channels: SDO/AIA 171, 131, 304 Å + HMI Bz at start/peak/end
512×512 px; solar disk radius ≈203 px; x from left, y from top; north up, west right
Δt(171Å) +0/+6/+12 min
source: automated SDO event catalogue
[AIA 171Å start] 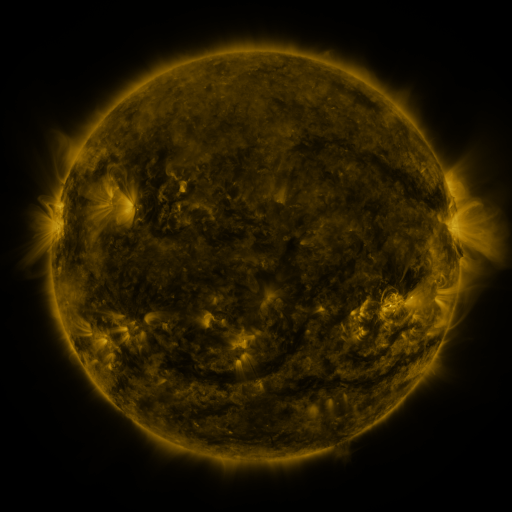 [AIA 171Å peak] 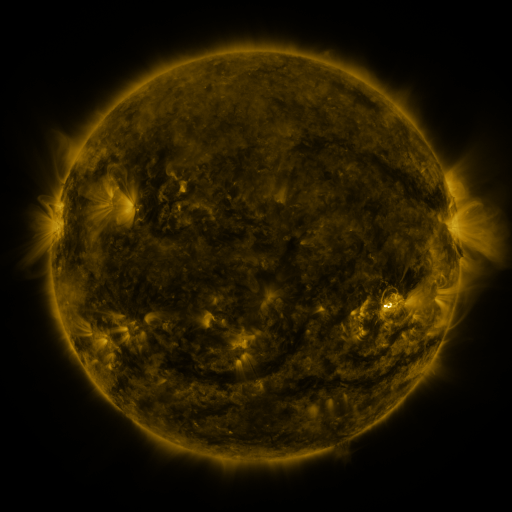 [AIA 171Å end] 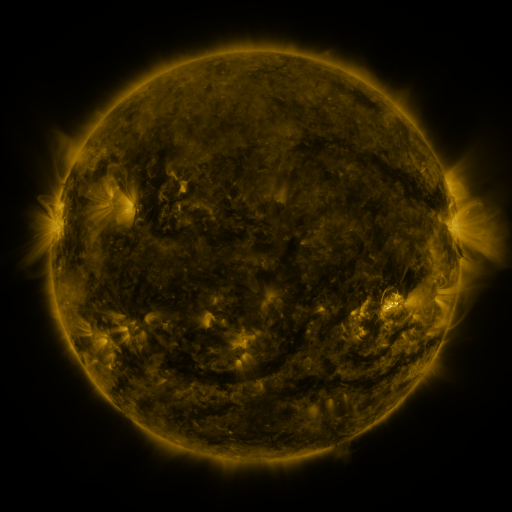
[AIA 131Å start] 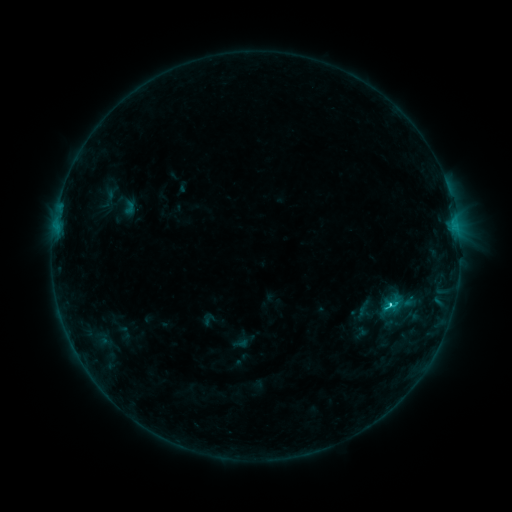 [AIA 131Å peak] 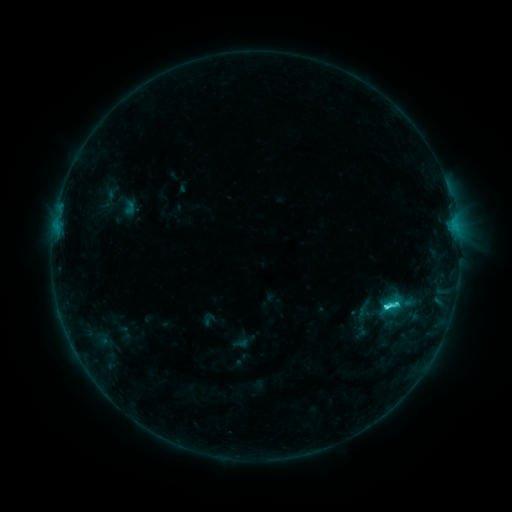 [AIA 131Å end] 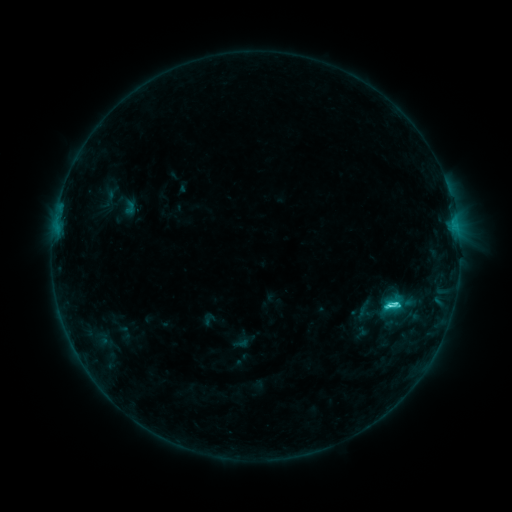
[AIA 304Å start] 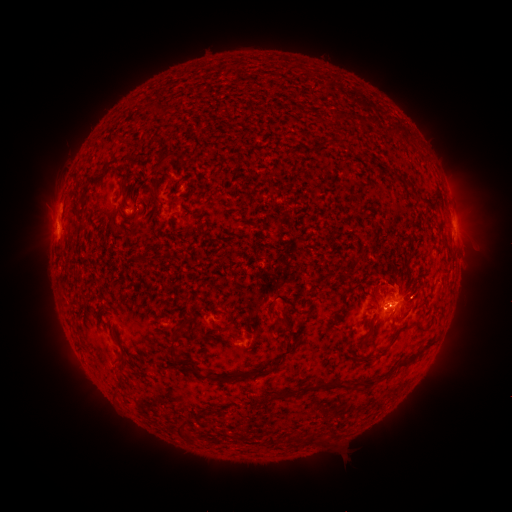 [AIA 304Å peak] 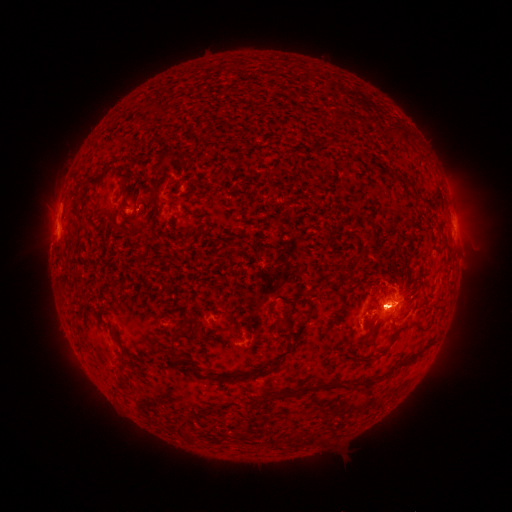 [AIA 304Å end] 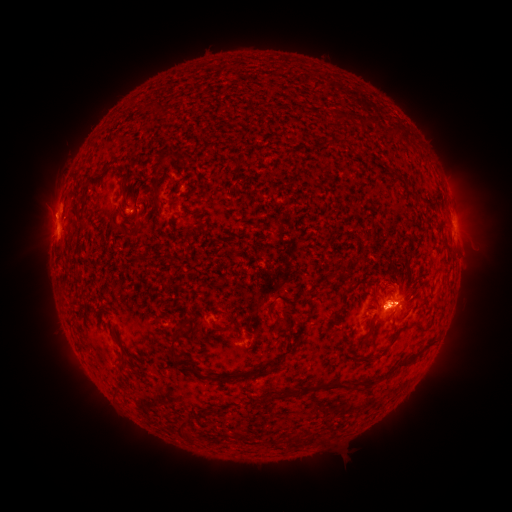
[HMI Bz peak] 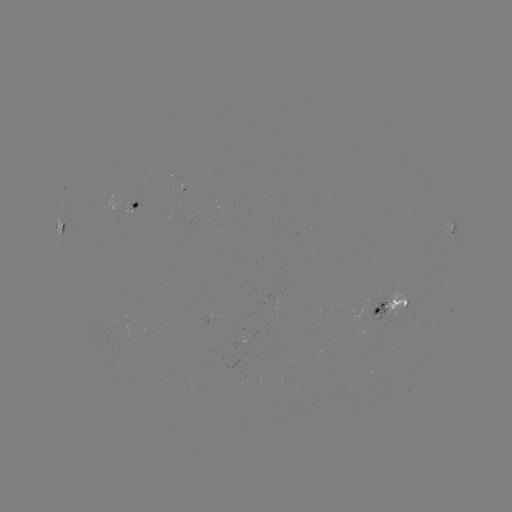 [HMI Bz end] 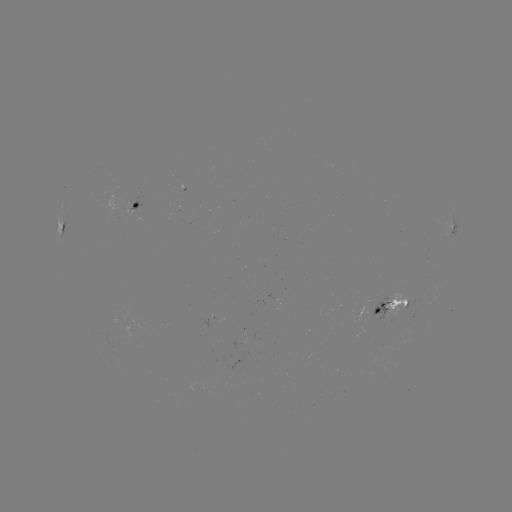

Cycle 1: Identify eruption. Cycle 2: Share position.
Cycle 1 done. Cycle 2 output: (41, 224).